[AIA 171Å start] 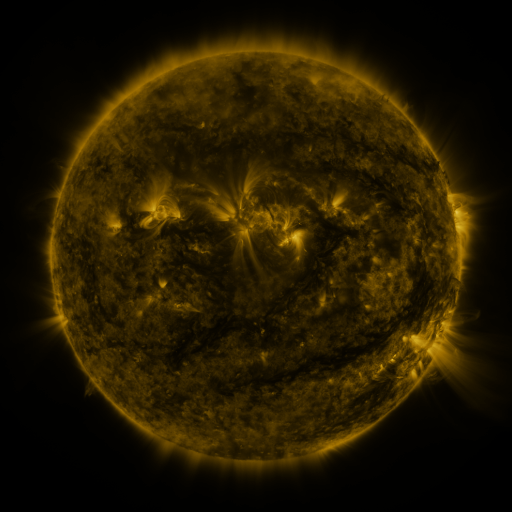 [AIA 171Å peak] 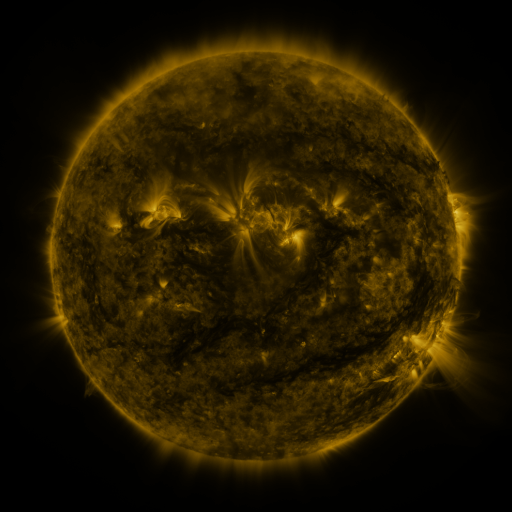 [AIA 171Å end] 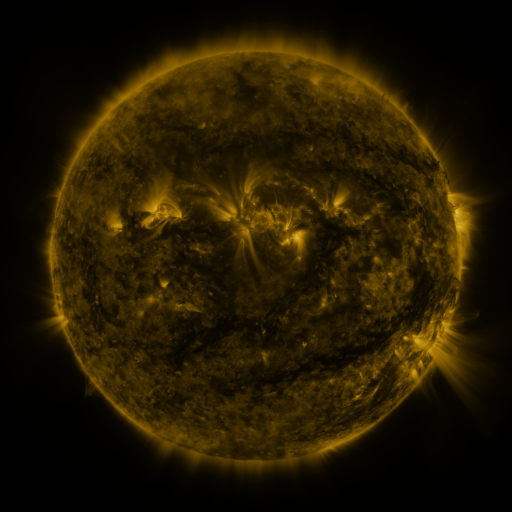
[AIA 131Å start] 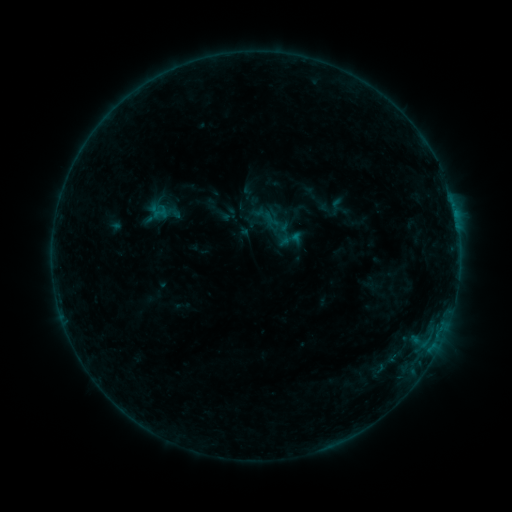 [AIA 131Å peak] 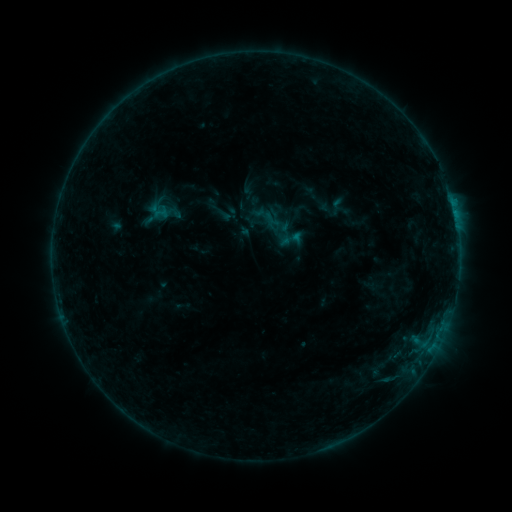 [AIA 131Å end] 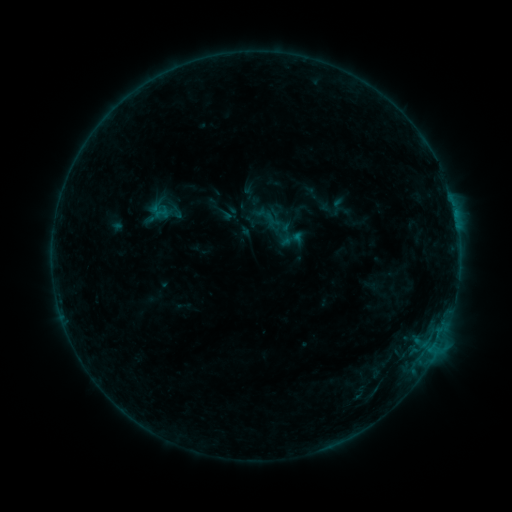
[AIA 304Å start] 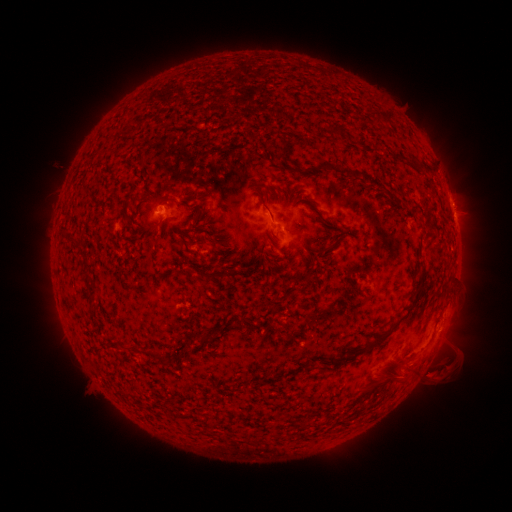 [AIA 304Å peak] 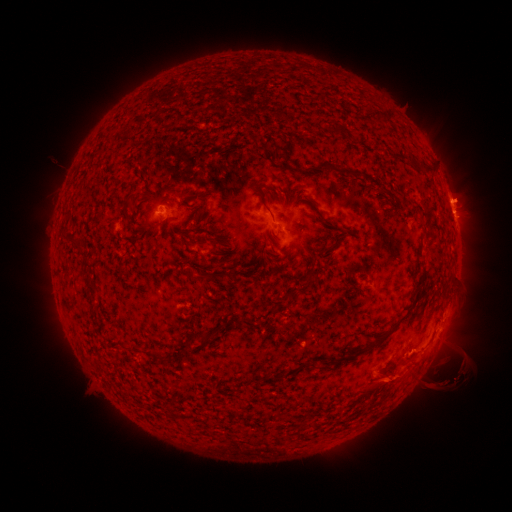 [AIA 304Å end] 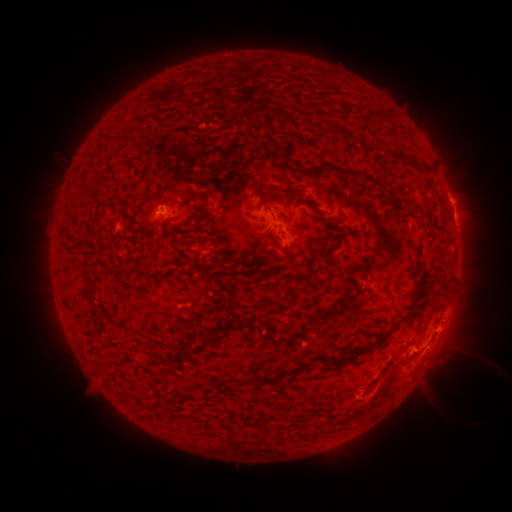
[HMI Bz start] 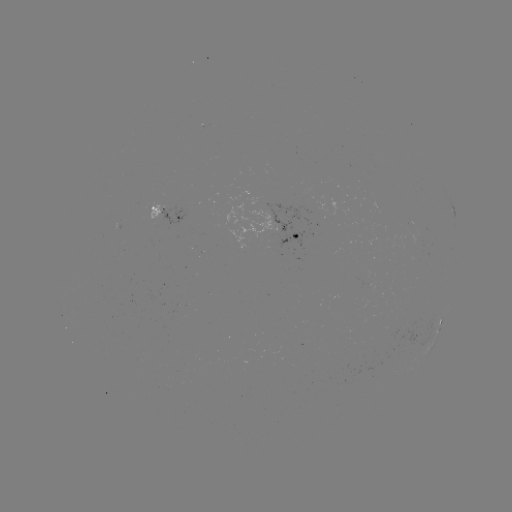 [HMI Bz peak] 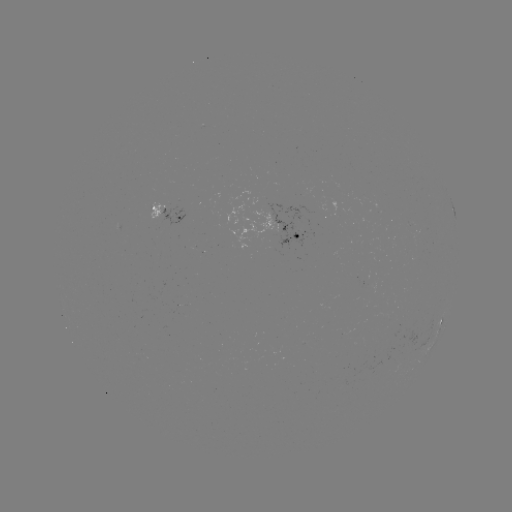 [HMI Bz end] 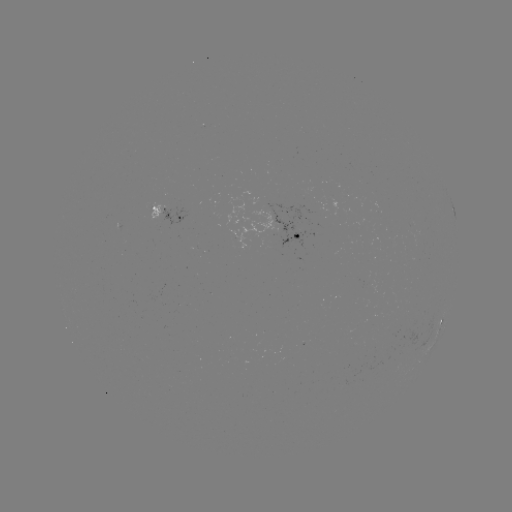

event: eruption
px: (416, 377)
